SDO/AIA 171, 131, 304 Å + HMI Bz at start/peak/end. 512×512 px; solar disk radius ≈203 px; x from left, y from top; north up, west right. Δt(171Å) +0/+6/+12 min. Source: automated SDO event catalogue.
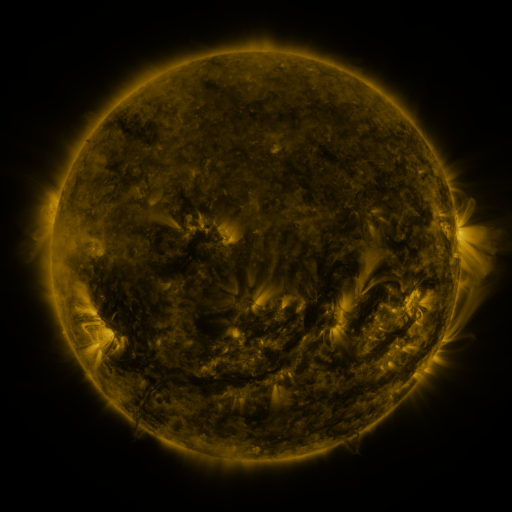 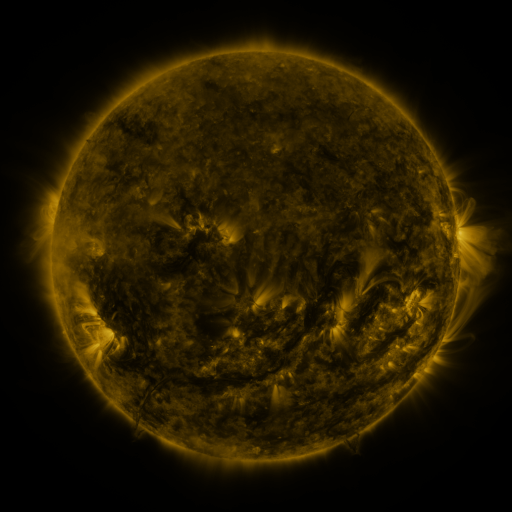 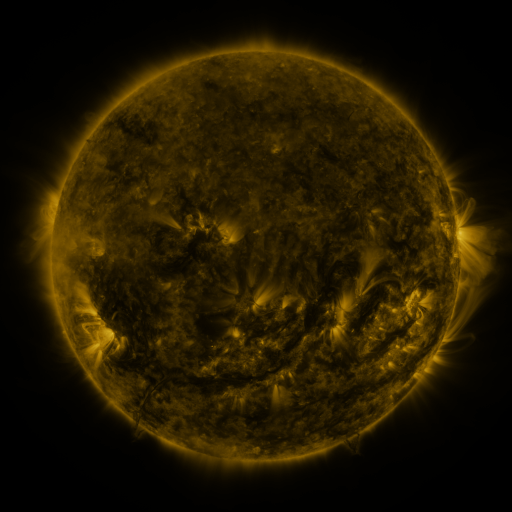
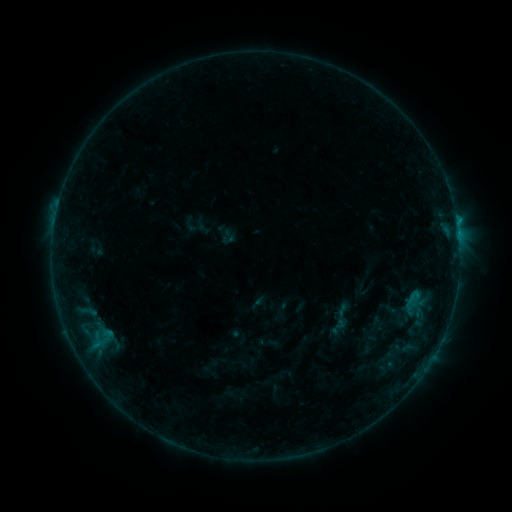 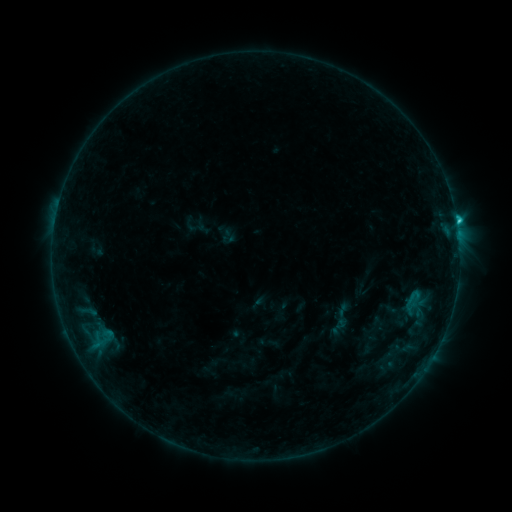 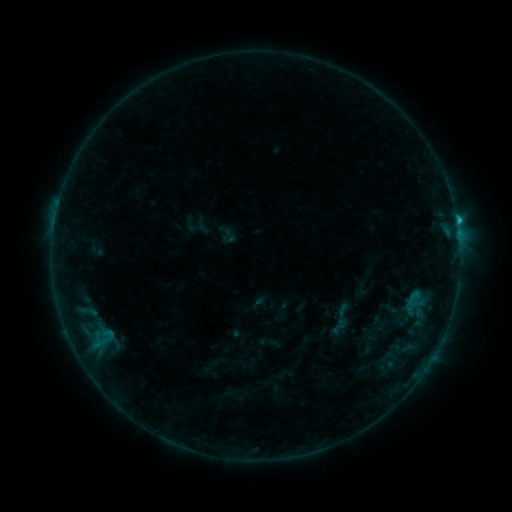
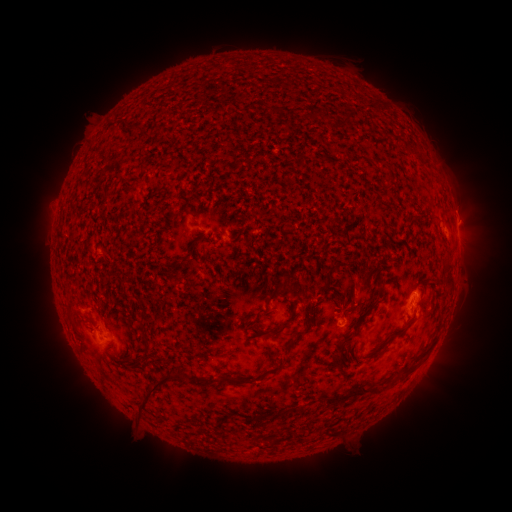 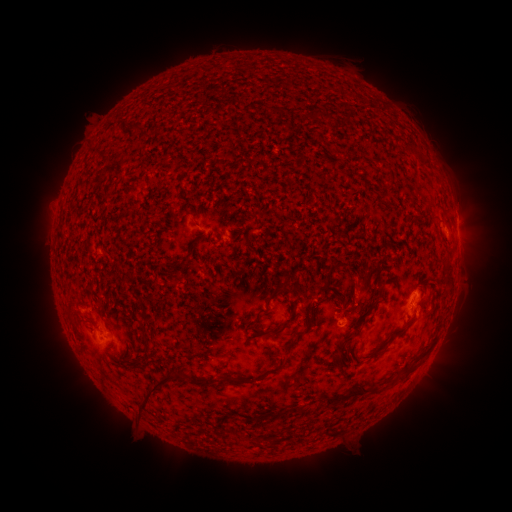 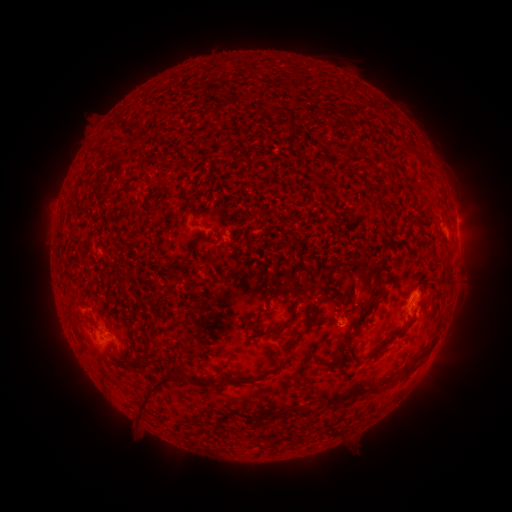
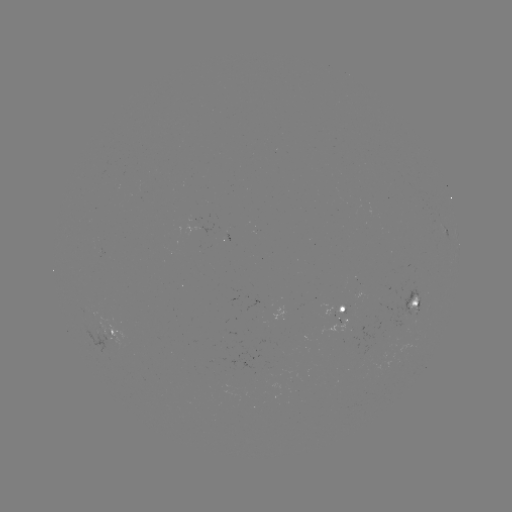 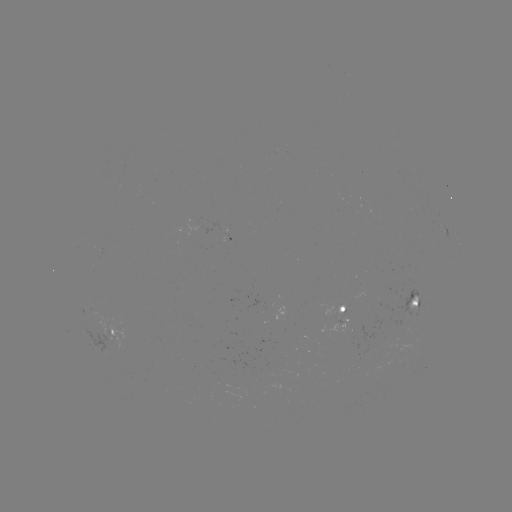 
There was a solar flare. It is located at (456, 224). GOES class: C1.2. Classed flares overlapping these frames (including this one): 1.